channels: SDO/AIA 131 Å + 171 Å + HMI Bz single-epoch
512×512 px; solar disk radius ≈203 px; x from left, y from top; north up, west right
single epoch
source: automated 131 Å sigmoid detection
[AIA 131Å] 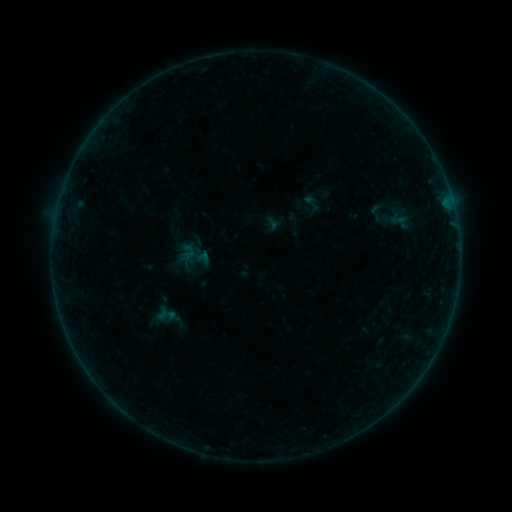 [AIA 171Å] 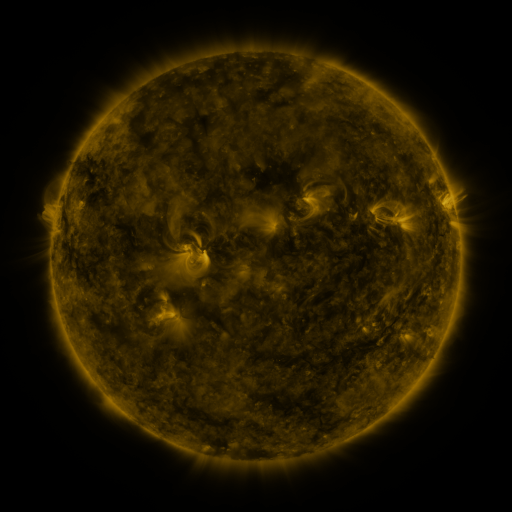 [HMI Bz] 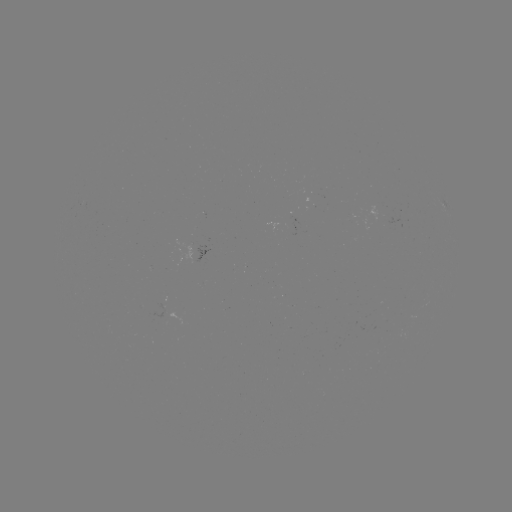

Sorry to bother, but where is sigmoid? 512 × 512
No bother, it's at [312, 203].